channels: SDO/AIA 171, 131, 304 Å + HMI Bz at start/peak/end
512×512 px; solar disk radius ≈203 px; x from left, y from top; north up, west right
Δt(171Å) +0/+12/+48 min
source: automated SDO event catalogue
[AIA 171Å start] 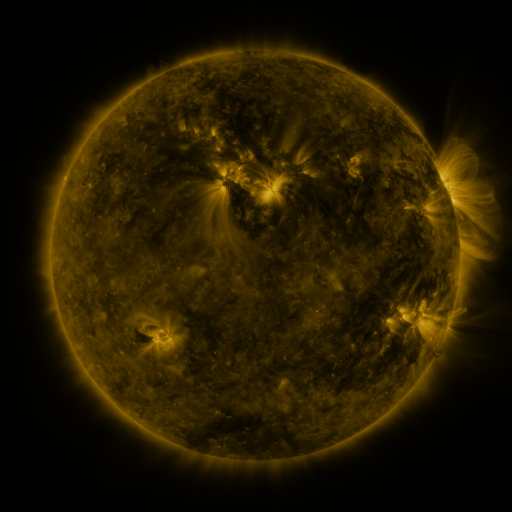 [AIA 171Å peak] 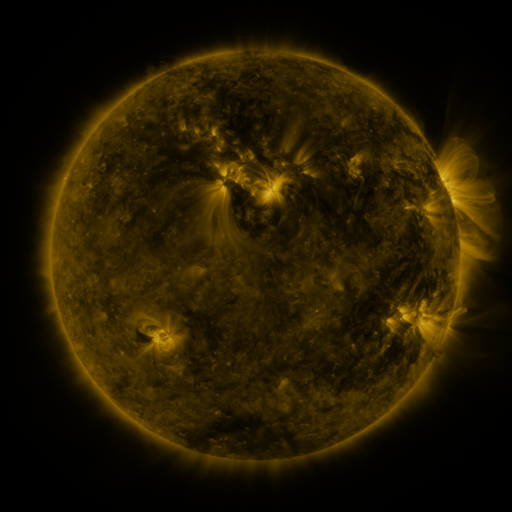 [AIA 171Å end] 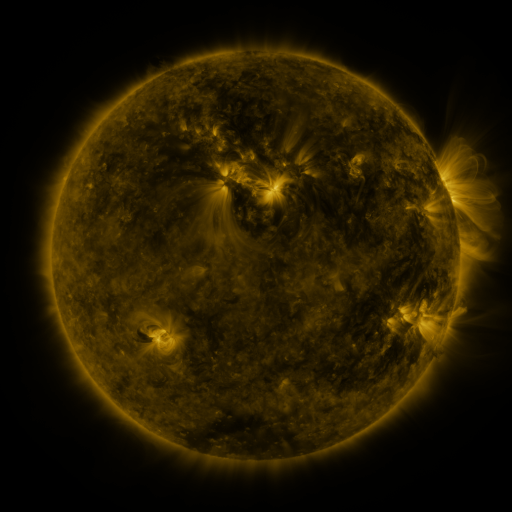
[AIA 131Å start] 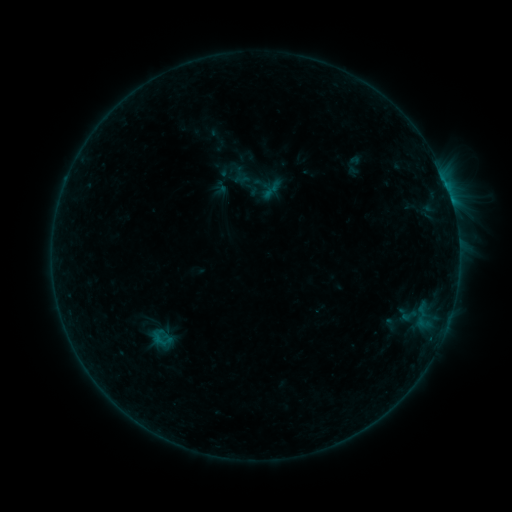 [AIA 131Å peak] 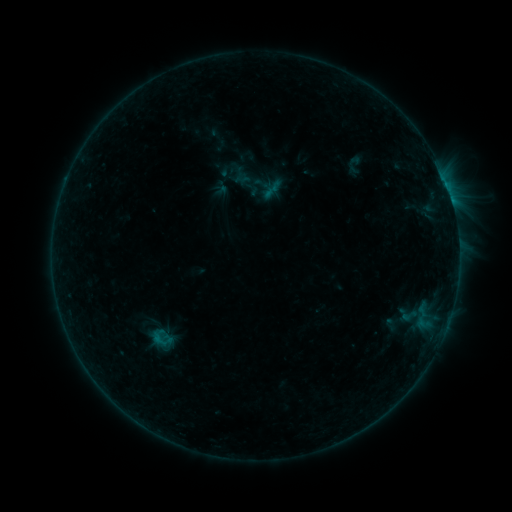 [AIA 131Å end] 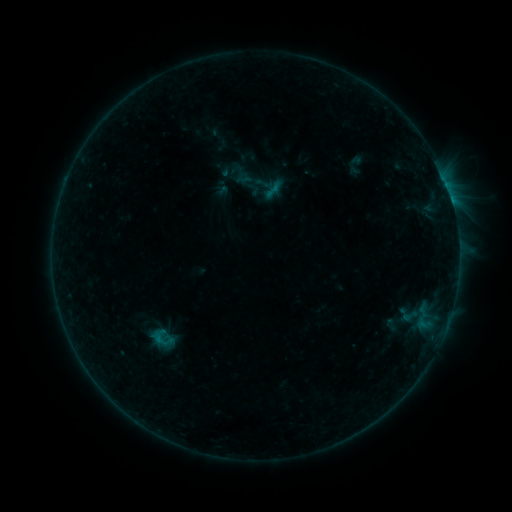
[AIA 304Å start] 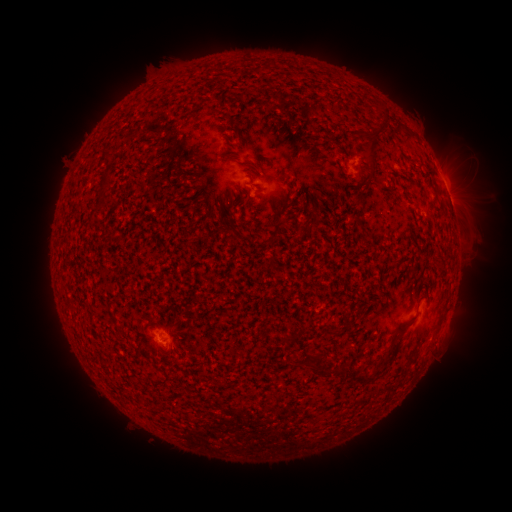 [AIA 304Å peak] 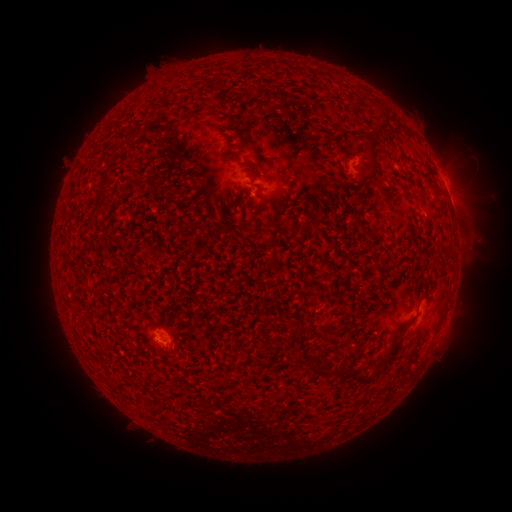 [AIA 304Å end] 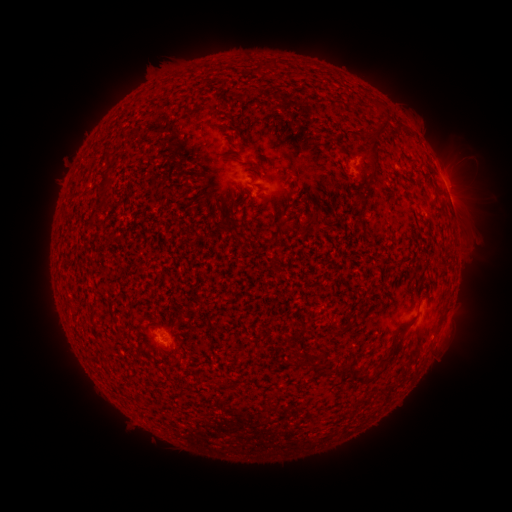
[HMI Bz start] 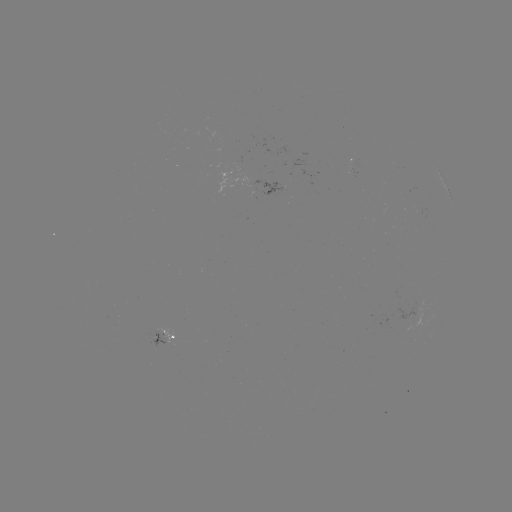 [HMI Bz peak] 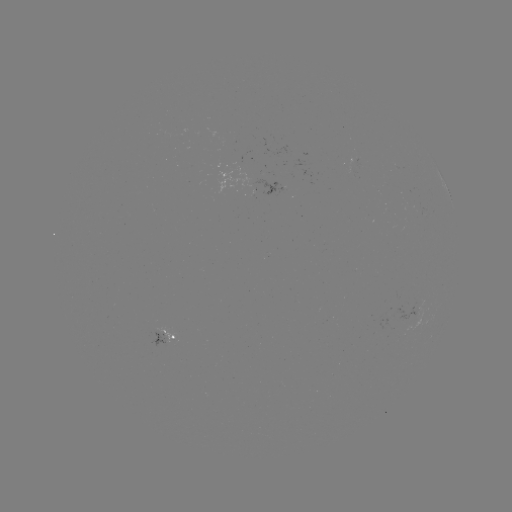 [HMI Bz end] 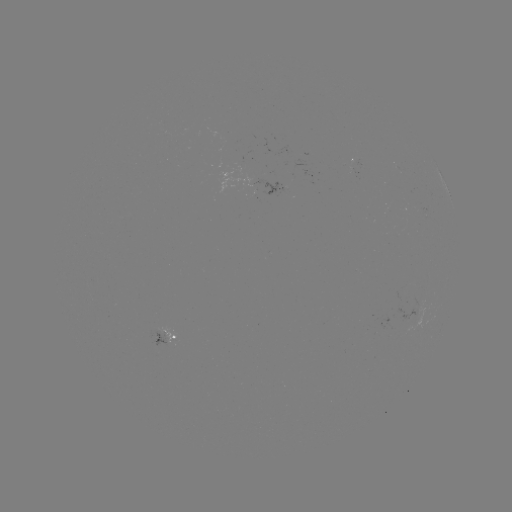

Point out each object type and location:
emerging-flux region: (355, 161)
